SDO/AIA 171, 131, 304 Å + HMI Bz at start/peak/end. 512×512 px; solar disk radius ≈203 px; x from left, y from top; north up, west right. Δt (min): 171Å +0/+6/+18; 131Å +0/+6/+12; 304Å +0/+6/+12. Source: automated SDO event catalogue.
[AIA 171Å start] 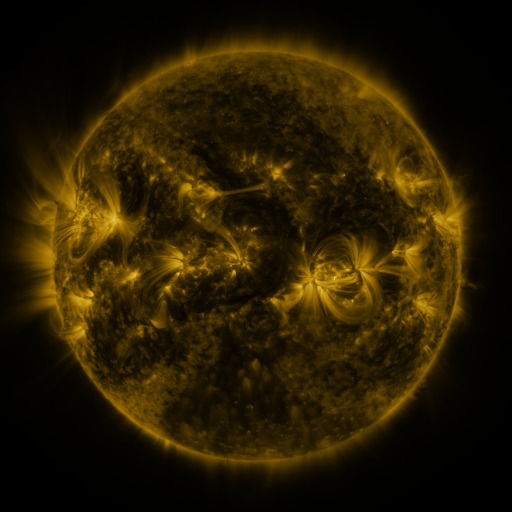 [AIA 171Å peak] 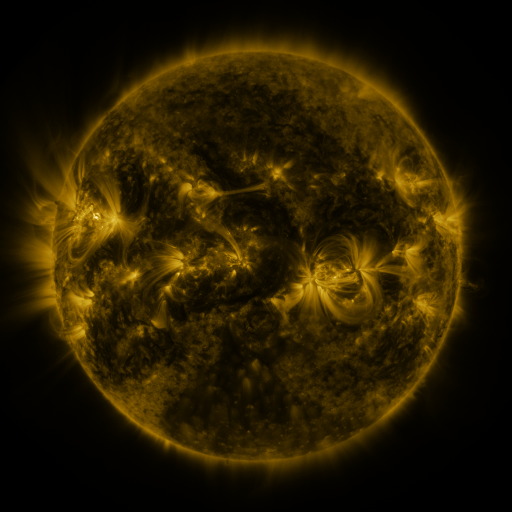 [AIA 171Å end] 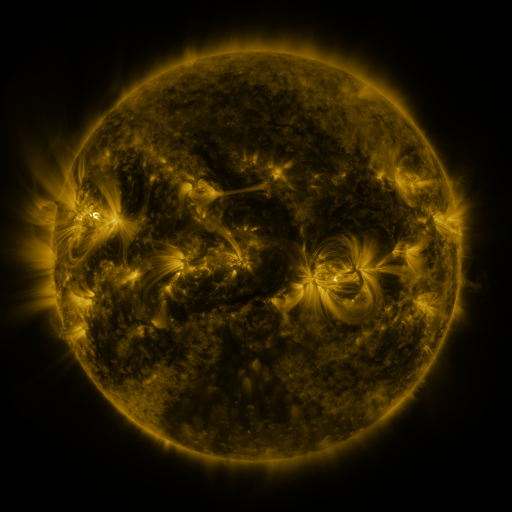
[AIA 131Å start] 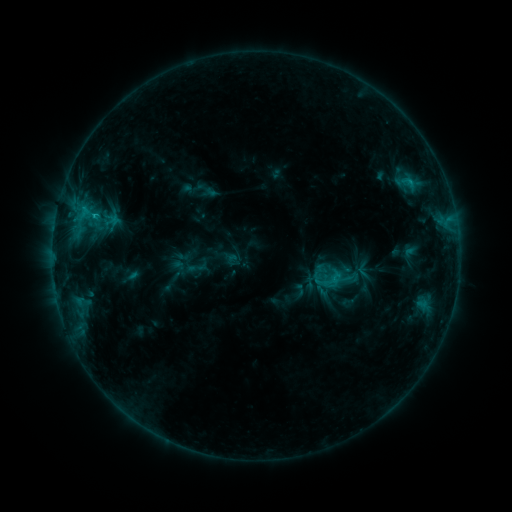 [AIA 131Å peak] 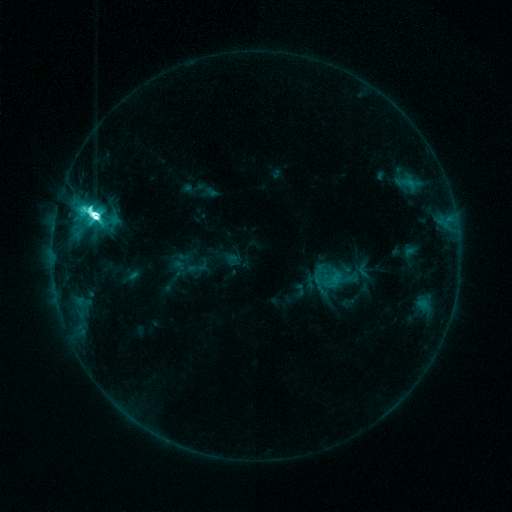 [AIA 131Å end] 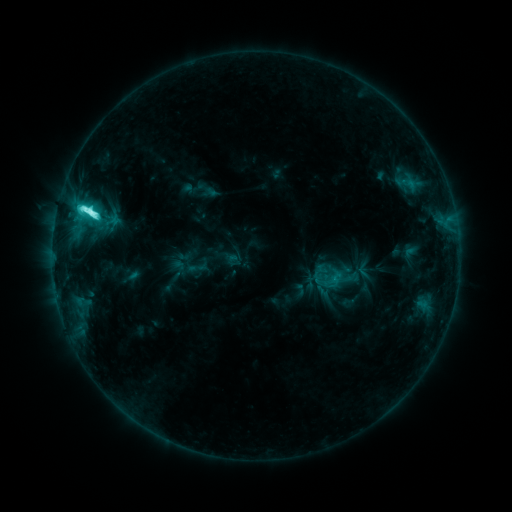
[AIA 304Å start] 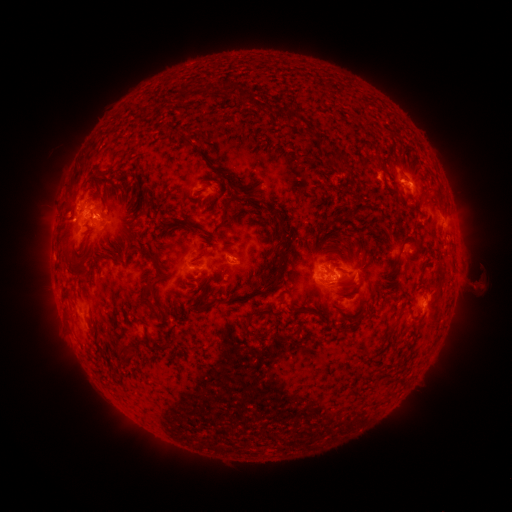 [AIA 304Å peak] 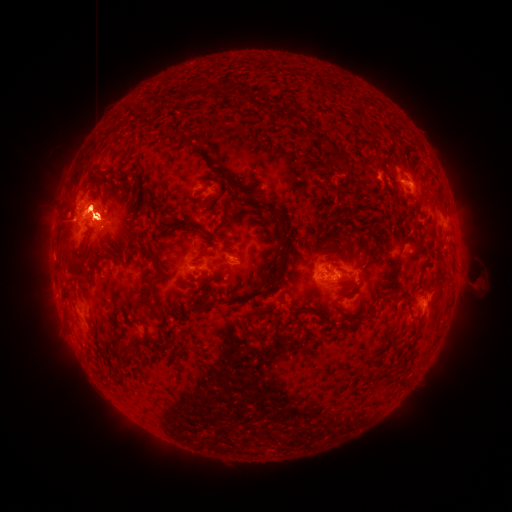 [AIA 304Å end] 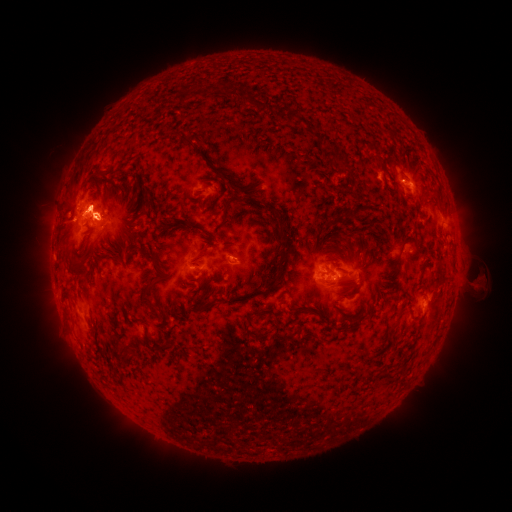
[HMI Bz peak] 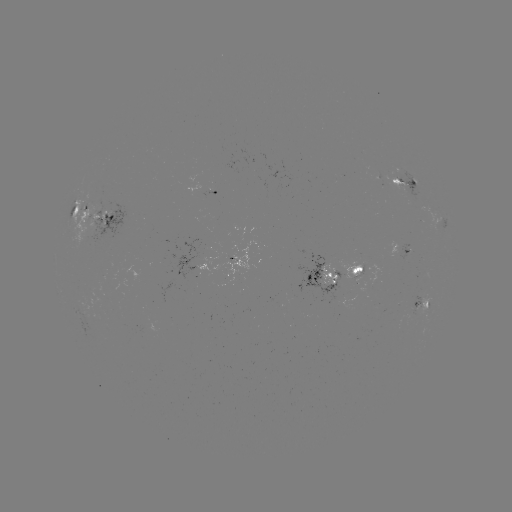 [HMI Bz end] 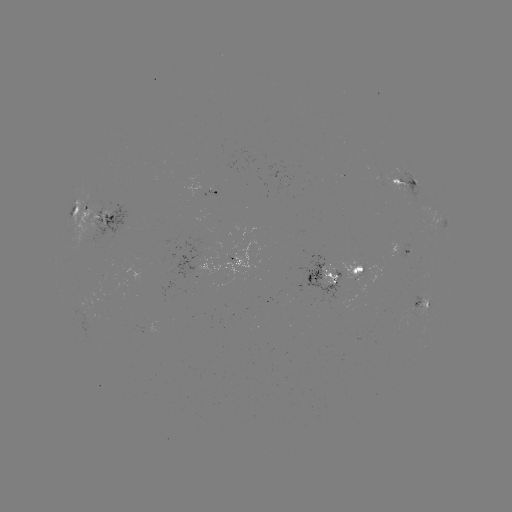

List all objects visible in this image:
M2.4 flare: (96, 218)
